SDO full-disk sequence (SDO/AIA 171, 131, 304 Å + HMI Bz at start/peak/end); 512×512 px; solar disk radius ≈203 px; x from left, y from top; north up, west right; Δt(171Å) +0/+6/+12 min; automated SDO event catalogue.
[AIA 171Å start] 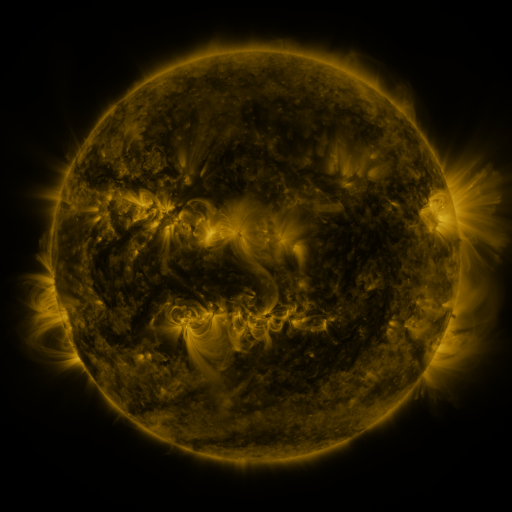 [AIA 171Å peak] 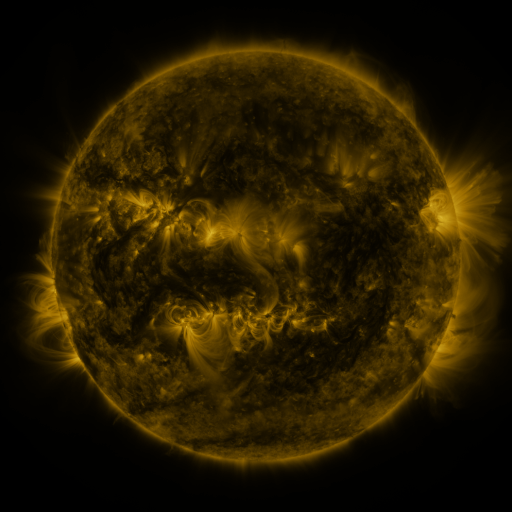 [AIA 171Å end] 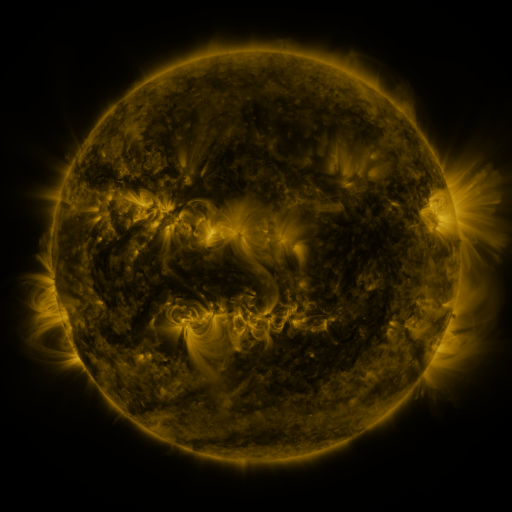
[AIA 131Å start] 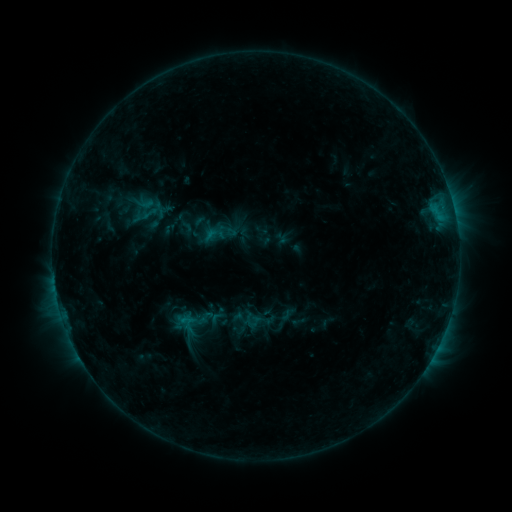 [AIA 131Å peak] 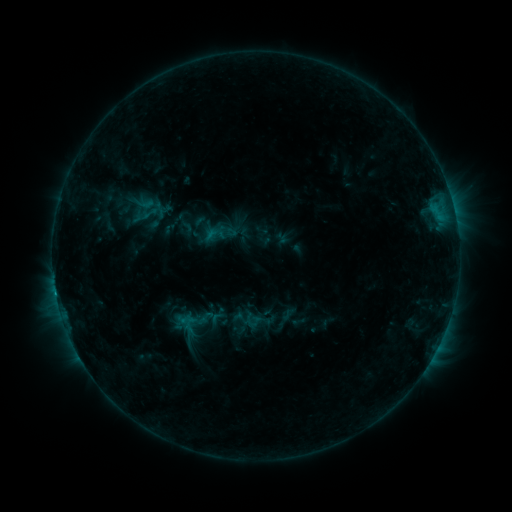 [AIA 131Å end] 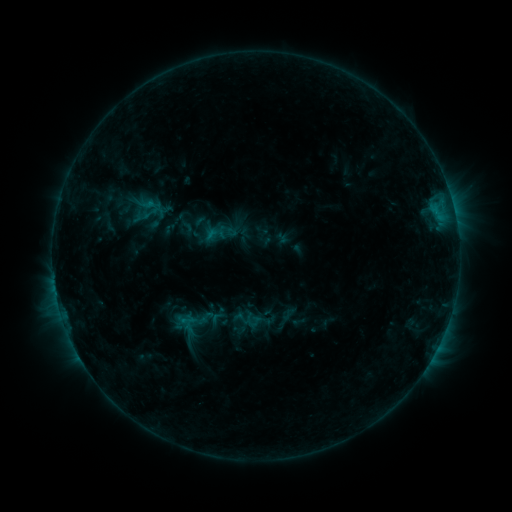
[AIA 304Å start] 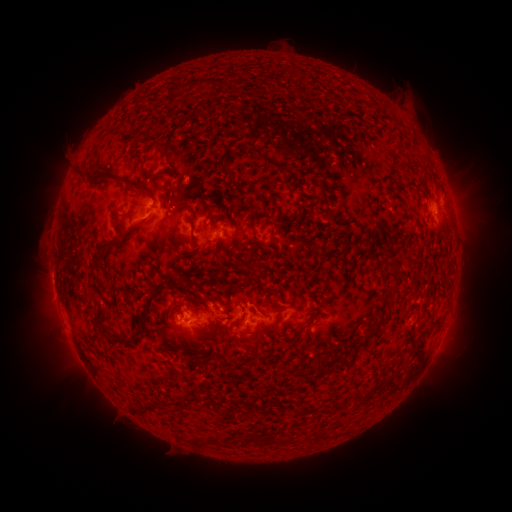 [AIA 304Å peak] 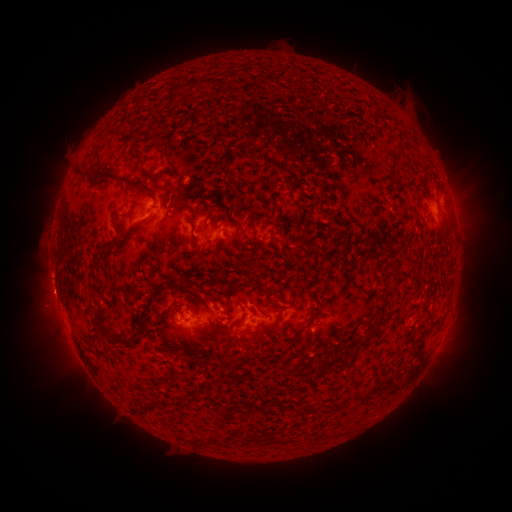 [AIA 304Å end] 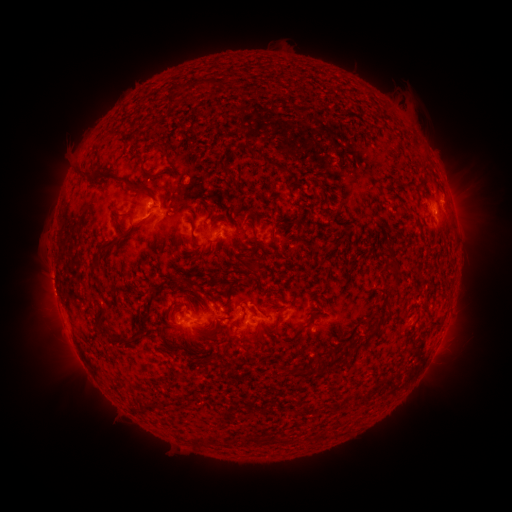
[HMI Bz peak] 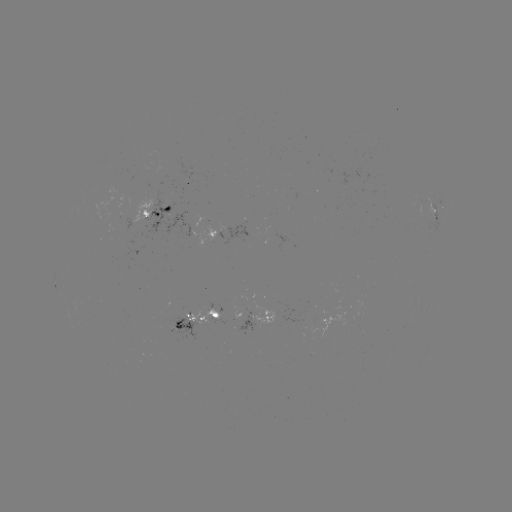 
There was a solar eruption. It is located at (49, 299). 